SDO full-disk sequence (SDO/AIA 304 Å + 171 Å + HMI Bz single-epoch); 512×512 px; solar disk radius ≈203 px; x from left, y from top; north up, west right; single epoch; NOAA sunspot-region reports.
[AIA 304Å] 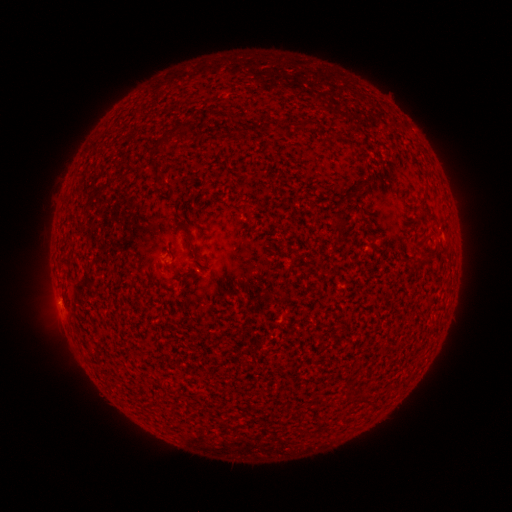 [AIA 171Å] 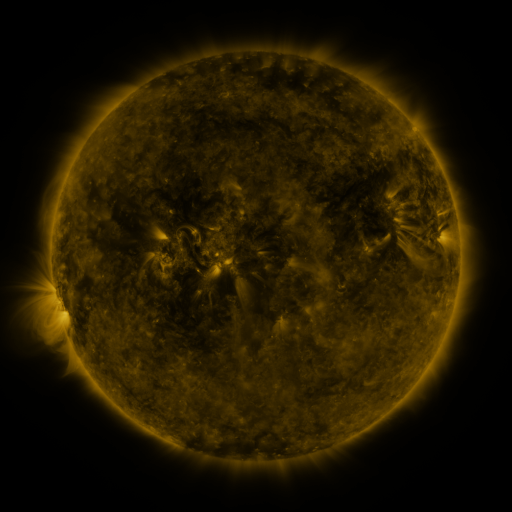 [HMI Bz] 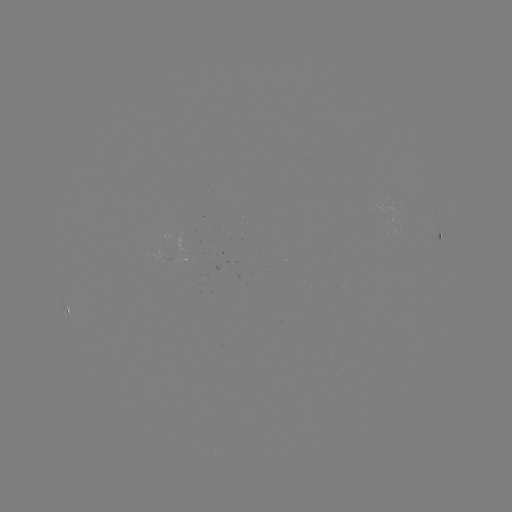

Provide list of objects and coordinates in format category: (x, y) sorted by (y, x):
spotted active region: (441, 237)
spotted active region: (65, 305)
